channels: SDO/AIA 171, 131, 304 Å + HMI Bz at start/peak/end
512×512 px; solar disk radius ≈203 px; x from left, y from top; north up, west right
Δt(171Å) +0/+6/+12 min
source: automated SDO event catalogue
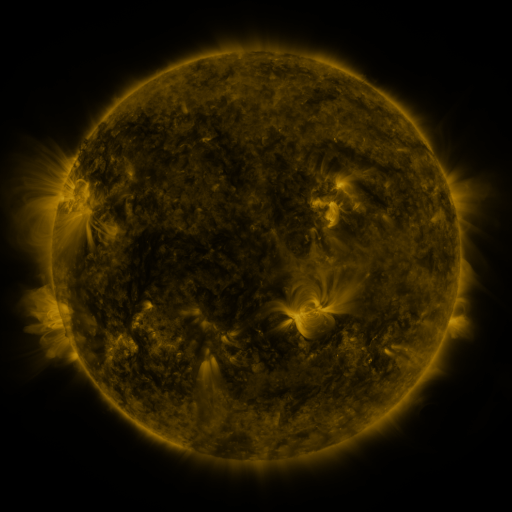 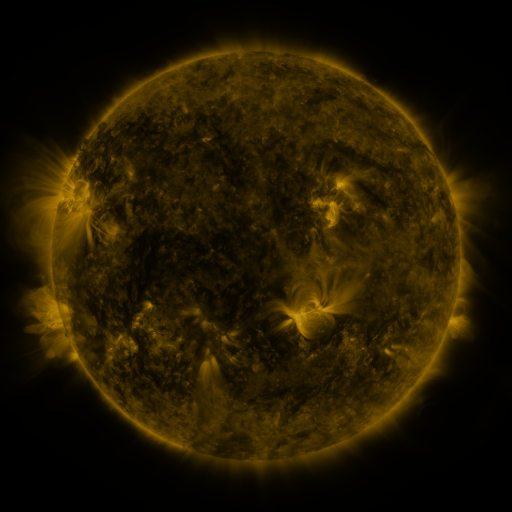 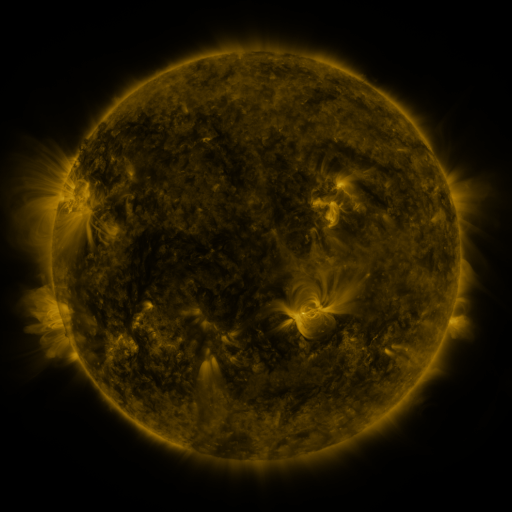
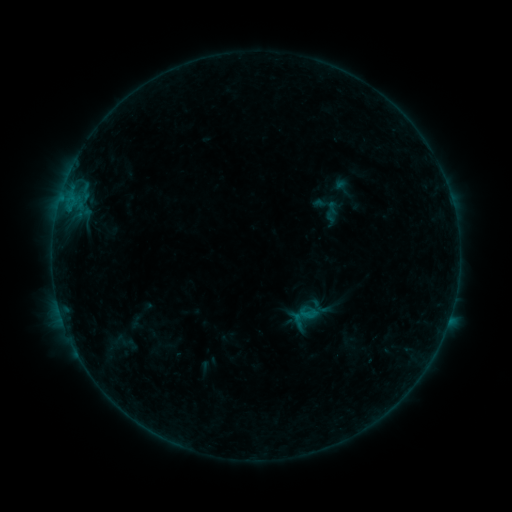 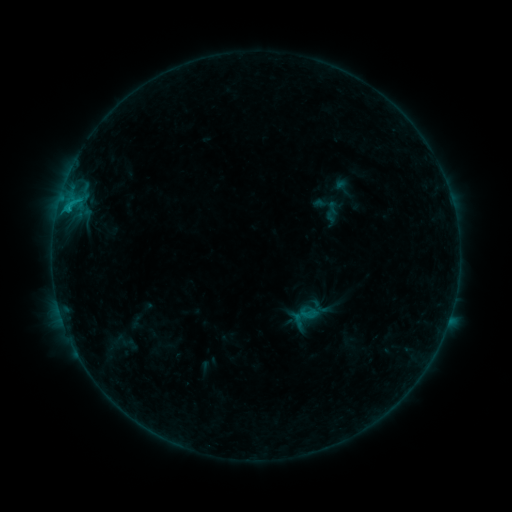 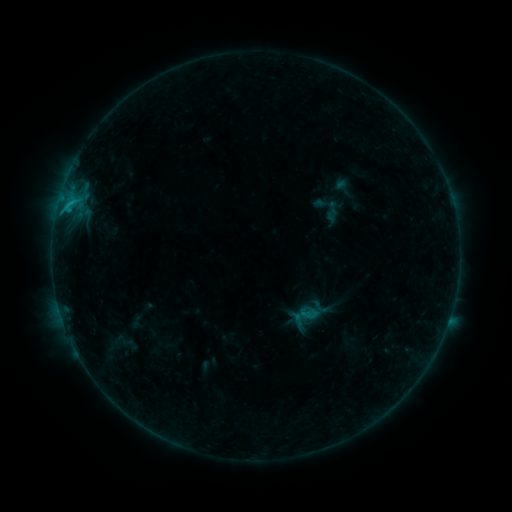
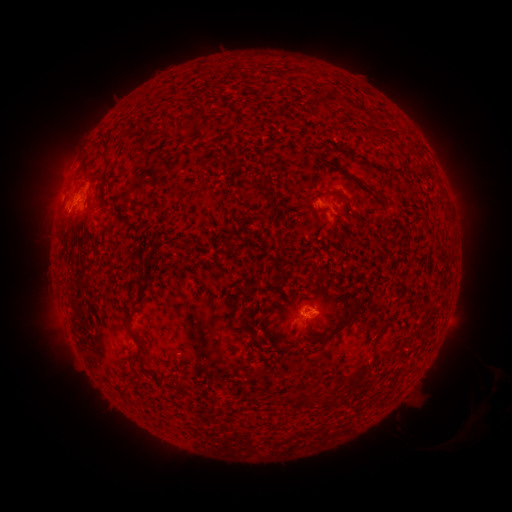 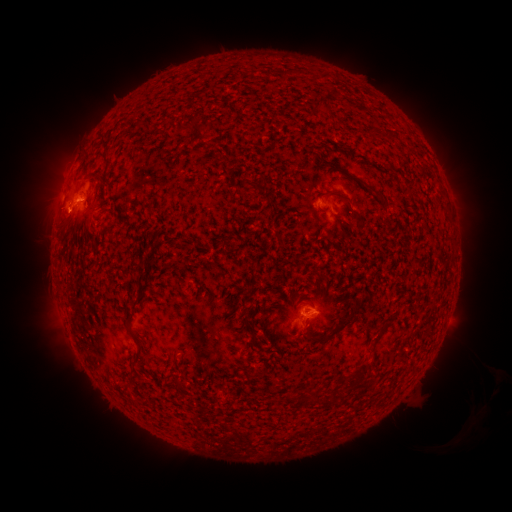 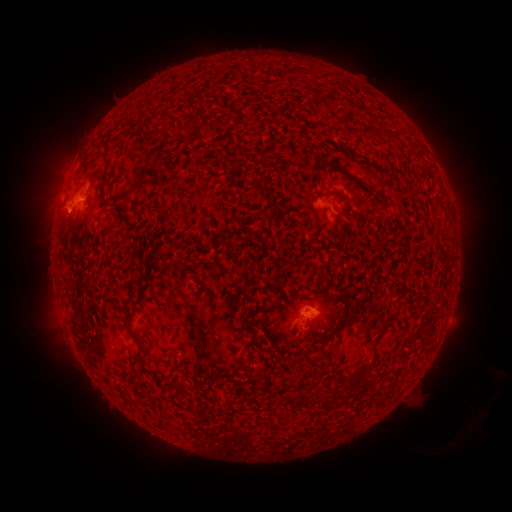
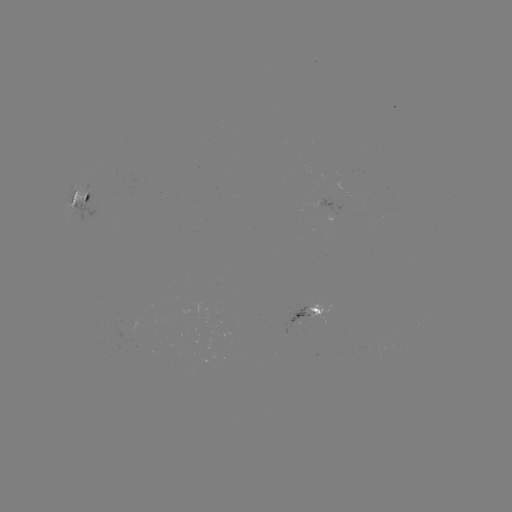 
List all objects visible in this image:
B7.9 flare: (69, 211)
